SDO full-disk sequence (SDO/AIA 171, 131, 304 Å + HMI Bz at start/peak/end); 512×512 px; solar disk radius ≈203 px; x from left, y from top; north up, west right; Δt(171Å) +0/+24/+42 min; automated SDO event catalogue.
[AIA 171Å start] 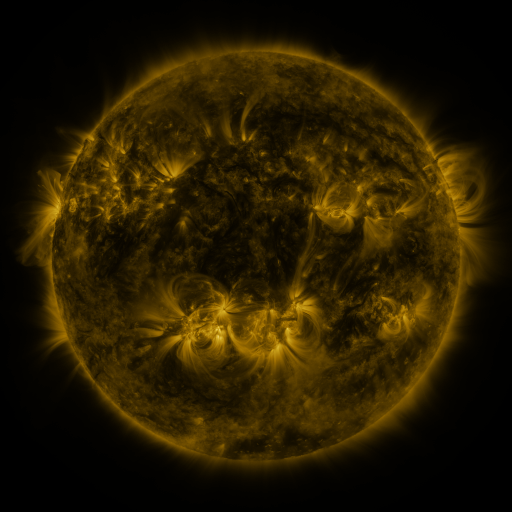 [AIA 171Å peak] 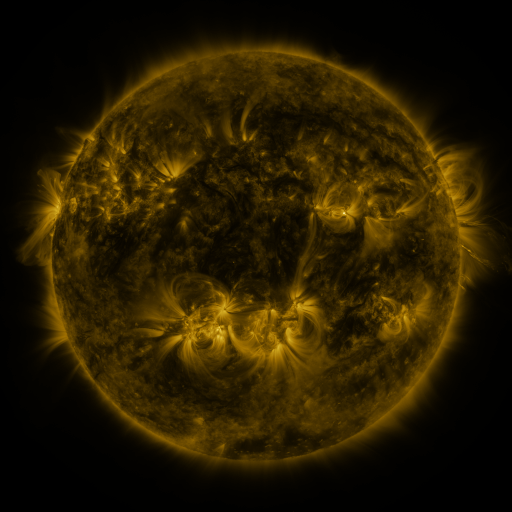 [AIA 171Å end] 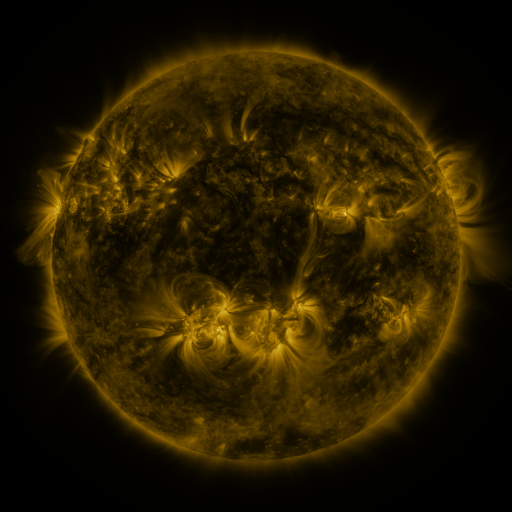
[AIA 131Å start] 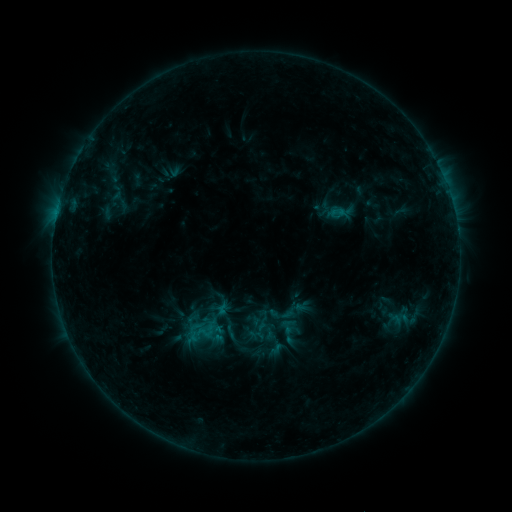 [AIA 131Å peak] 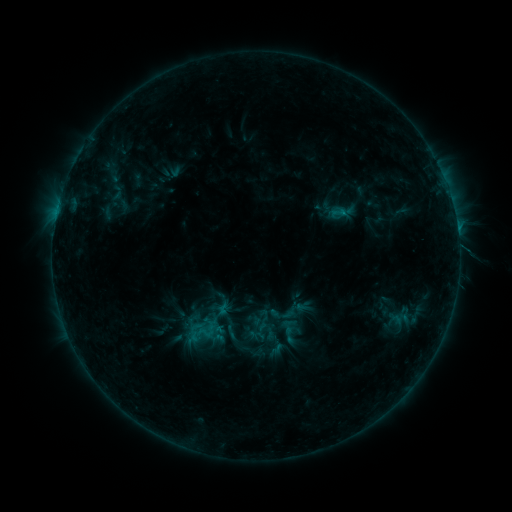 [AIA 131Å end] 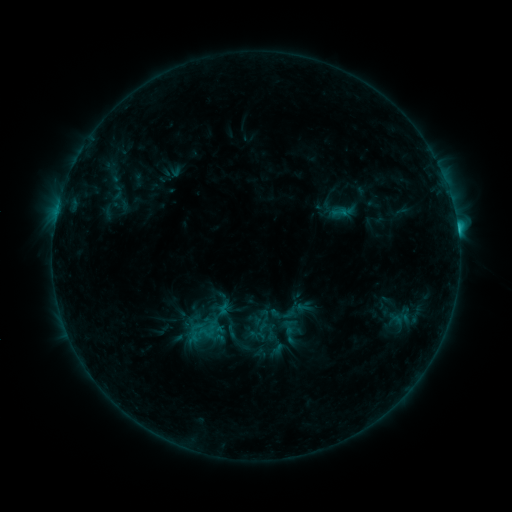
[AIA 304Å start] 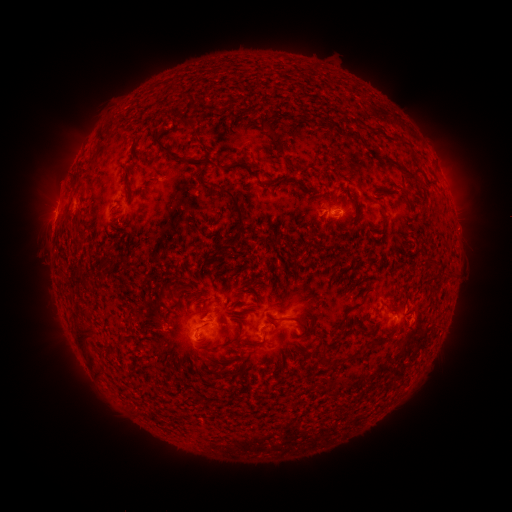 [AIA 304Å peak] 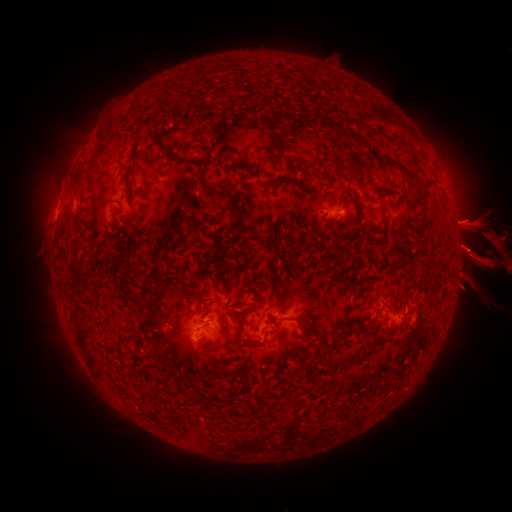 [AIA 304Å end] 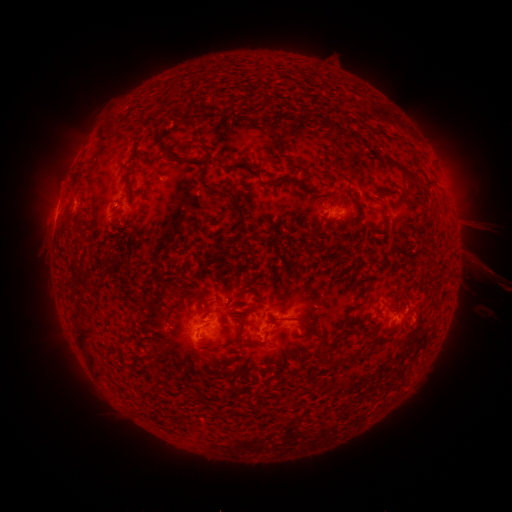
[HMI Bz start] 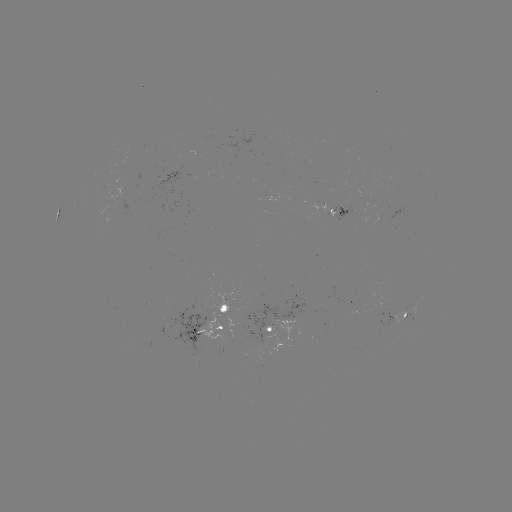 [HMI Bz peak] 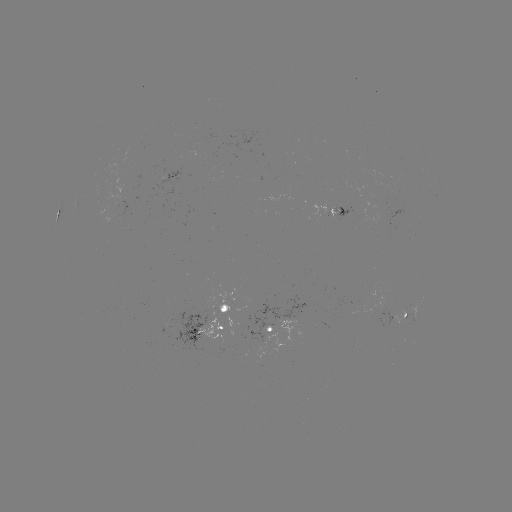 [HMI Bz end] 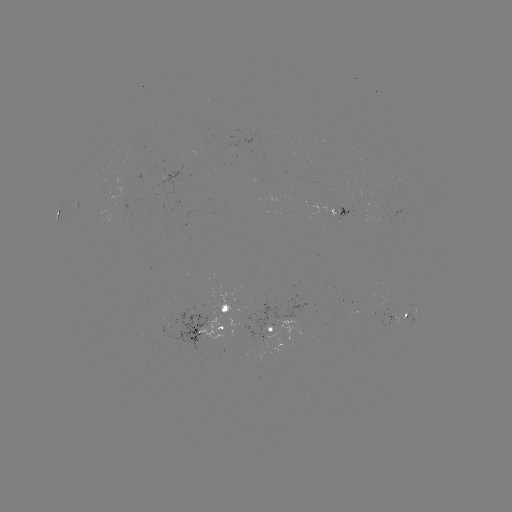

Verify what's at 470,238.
eruption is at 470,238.